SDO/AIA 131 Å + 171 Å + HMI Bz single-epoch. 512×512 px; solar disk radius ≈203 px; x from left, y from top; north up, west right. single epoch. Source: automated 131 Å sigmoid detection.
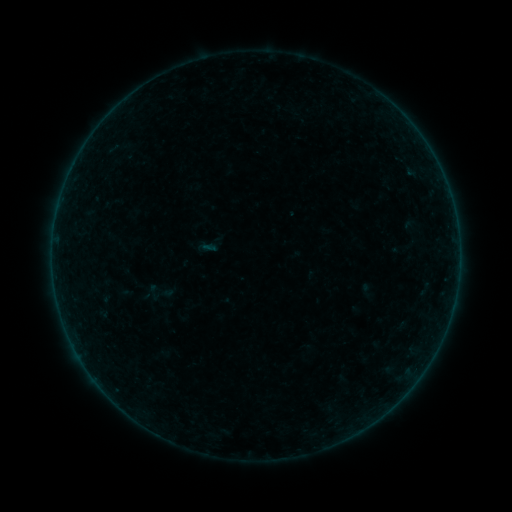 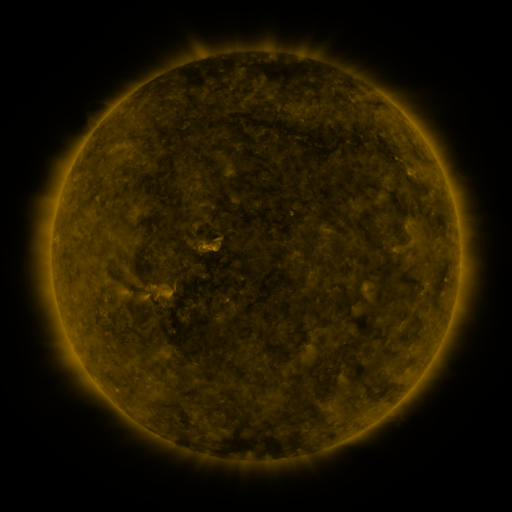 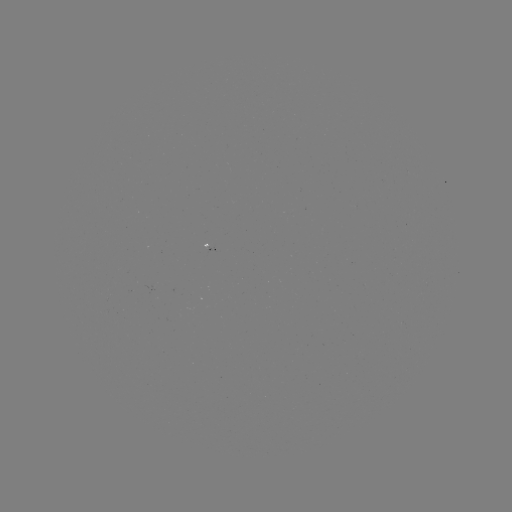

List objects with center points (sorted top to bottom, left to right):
sigmoid: (153, 292)
